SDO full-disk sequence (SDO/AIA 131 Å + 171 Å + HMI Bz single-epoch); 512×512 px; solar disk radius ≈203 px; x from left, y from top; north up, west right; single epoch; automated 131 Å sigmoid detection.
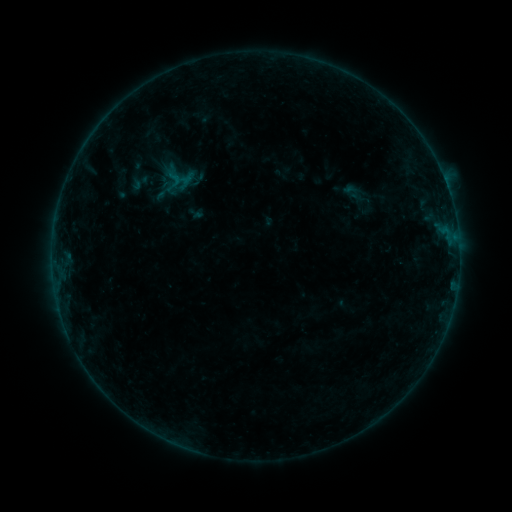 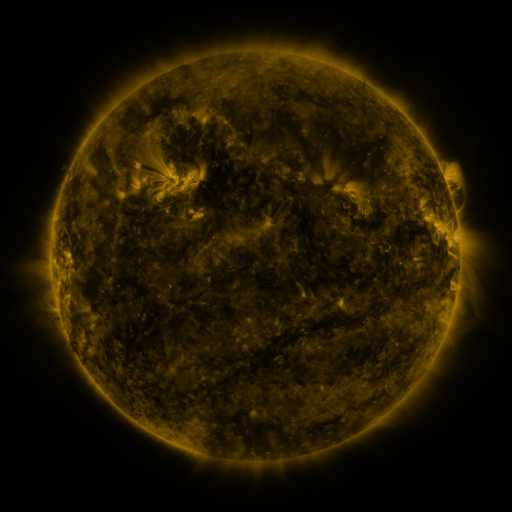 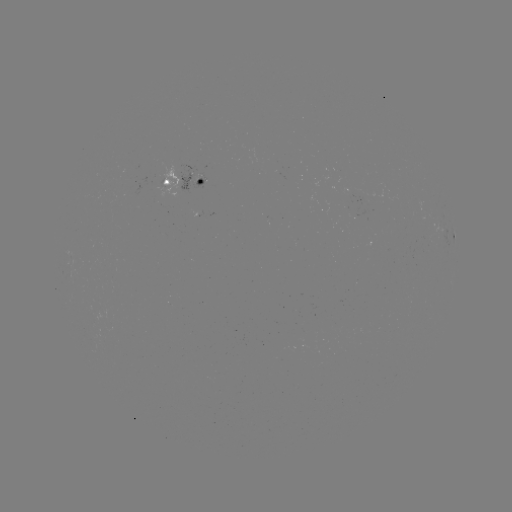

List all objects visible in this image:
sigmoid: [159, 144, 181, 165]
